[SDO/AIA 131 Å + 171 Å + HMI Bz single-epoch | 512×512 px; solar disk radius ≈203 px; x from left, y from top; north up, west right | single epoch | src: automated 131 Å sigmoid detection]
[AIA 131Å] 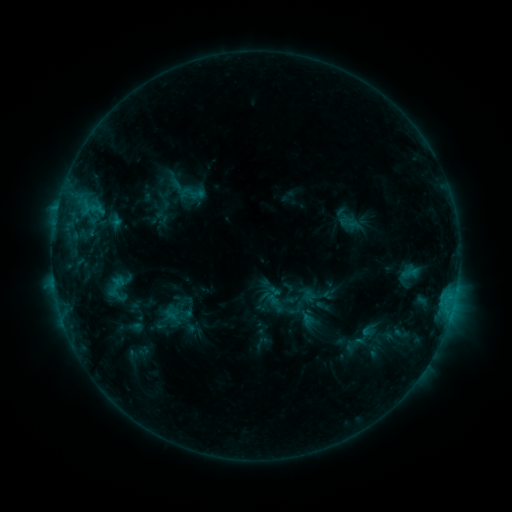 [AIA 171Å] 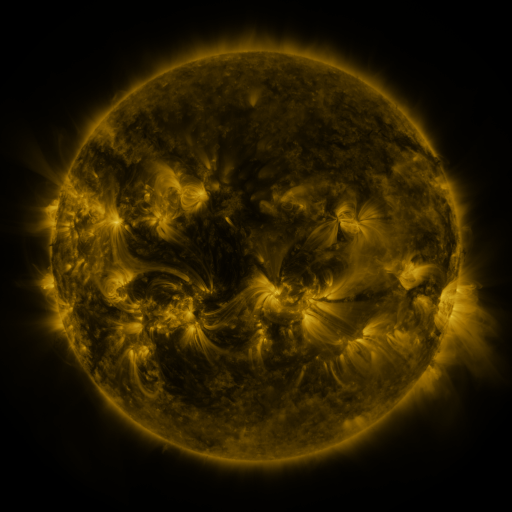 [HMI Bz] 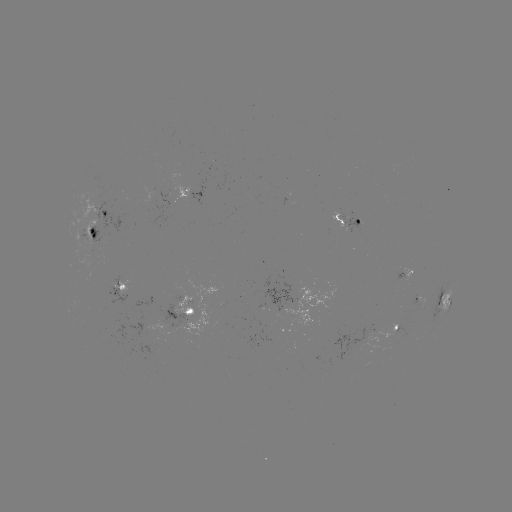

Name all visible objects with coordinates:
sigmoid: [181, 184, 199, 202]
sigmoid: [101, 274, 131, 299]
